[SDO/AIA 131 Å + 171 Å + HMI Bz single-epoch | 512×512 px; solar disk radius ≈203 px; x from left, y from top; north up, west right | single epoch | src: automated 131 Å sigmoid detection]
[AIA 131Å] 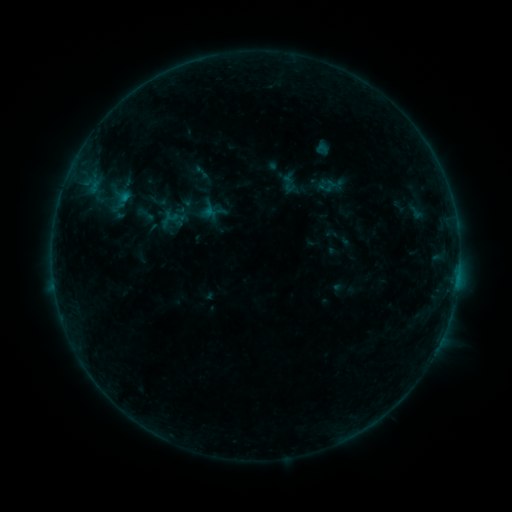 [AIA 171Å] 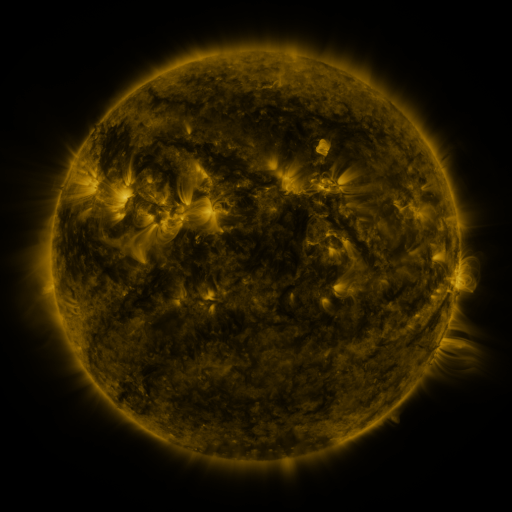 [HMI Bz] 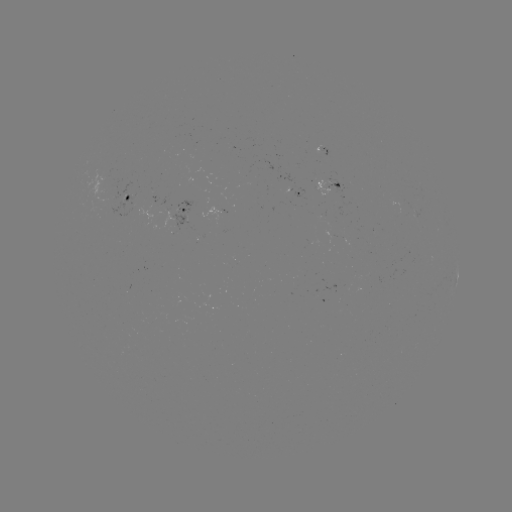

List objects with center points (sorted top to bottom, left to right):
sigmoid: <bbox>312, 142, 332, 158</bbox>
sigmoid: <bbox>280, 177, 299, 194</bbox>
